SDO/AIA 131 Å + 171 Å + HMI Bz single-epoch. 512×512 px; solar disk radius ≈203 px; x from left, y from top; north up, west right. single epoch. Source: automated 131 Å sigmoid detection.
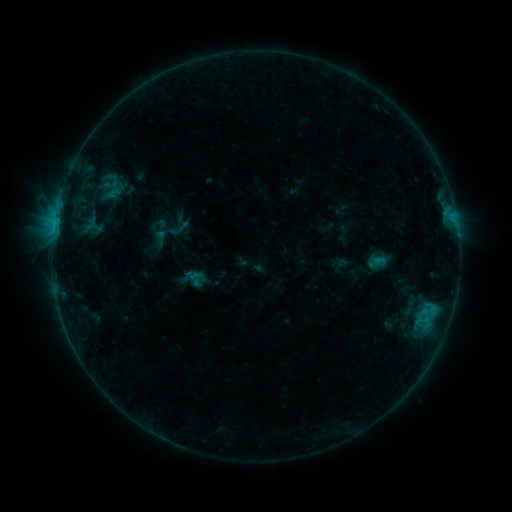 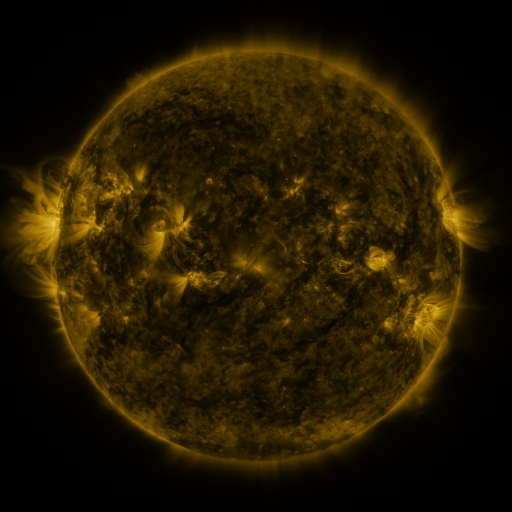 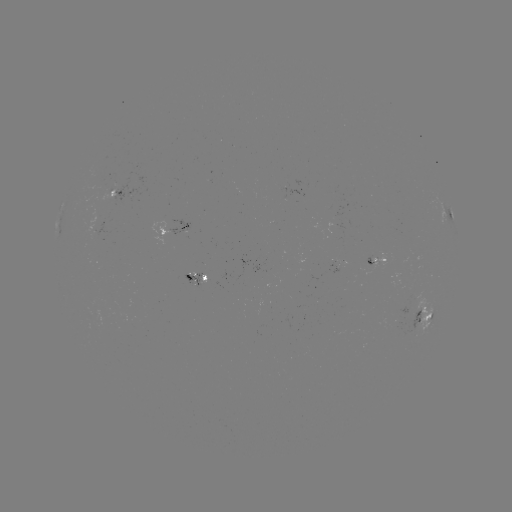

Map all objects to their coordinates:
sigmoid: (180, 228)
sigmoid: (160, 238)
